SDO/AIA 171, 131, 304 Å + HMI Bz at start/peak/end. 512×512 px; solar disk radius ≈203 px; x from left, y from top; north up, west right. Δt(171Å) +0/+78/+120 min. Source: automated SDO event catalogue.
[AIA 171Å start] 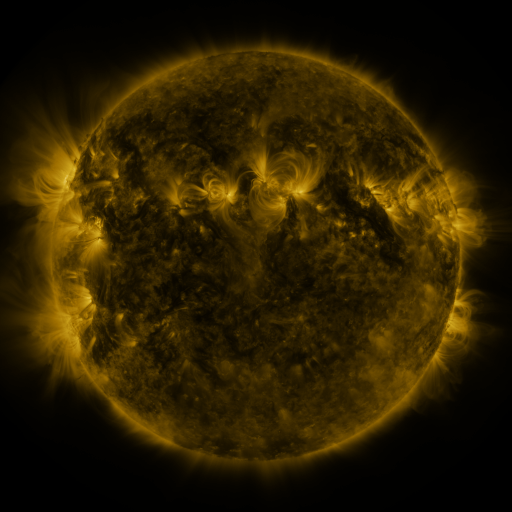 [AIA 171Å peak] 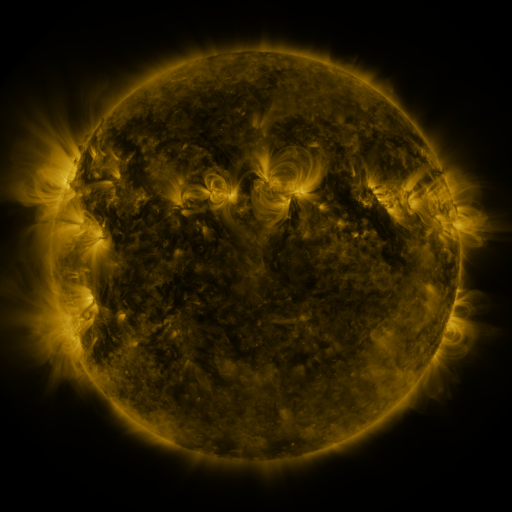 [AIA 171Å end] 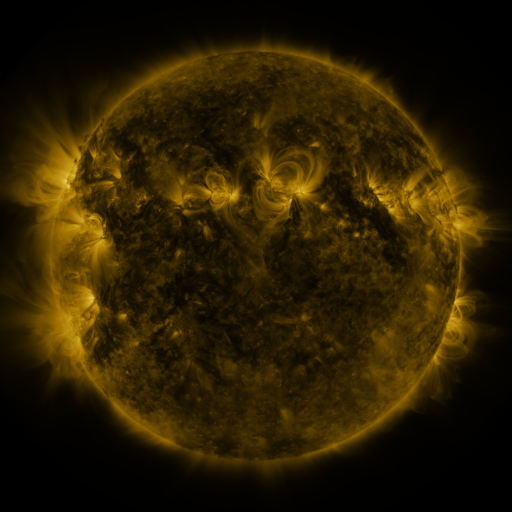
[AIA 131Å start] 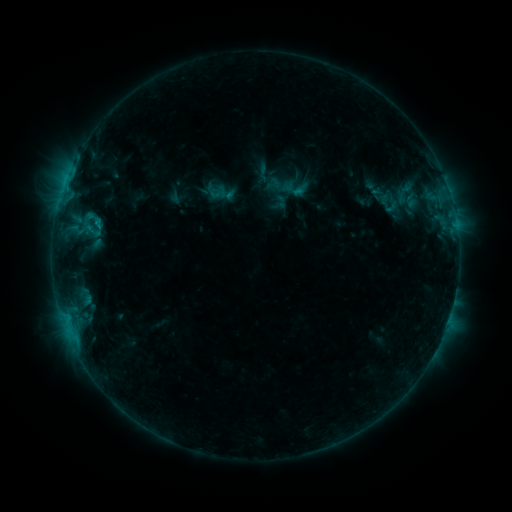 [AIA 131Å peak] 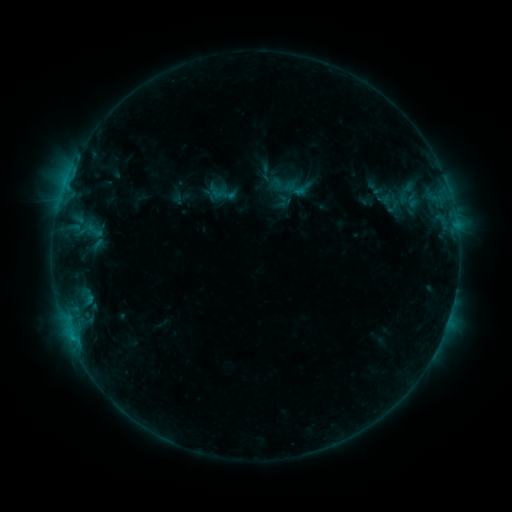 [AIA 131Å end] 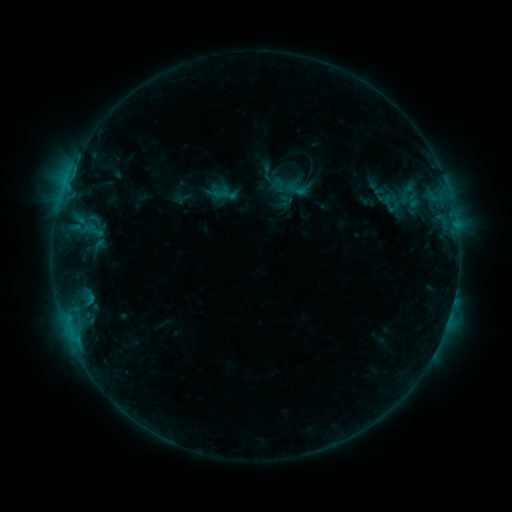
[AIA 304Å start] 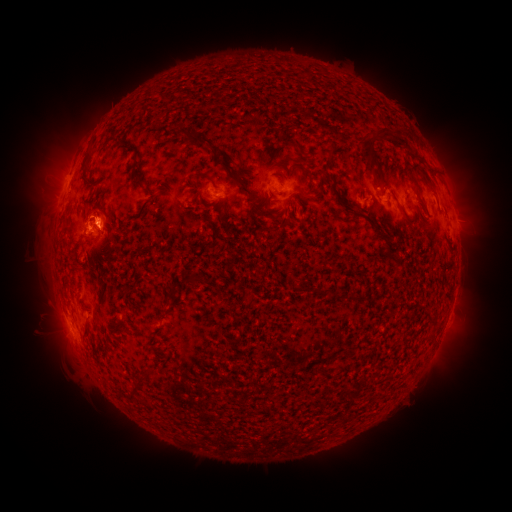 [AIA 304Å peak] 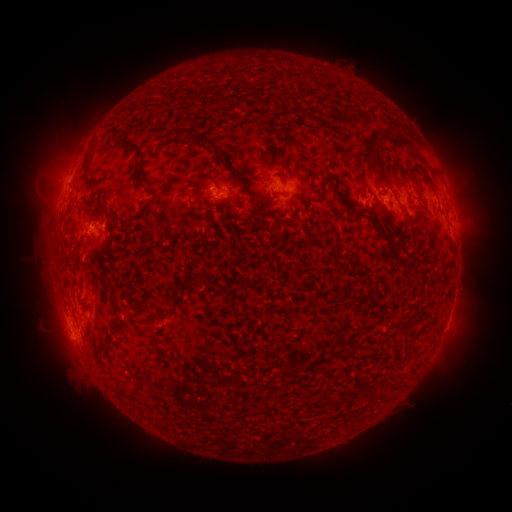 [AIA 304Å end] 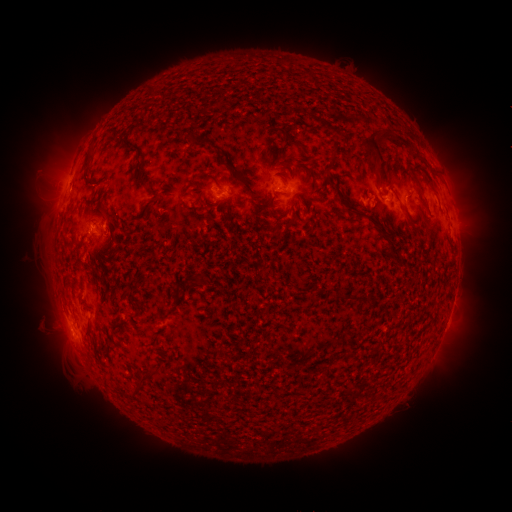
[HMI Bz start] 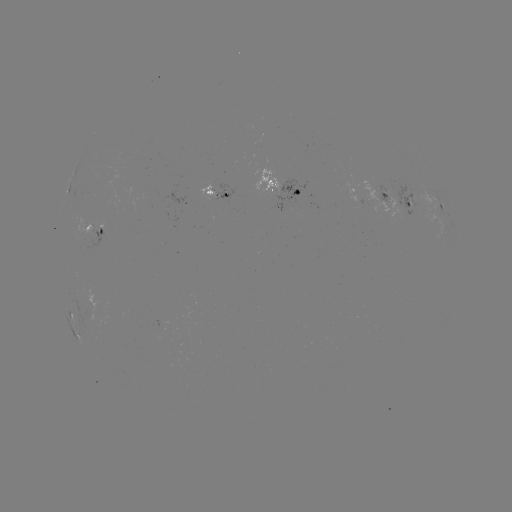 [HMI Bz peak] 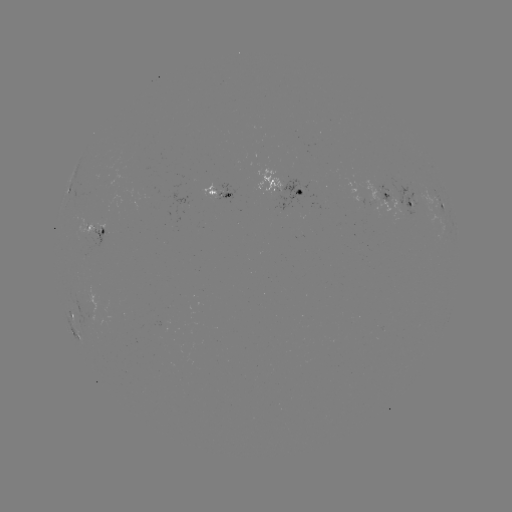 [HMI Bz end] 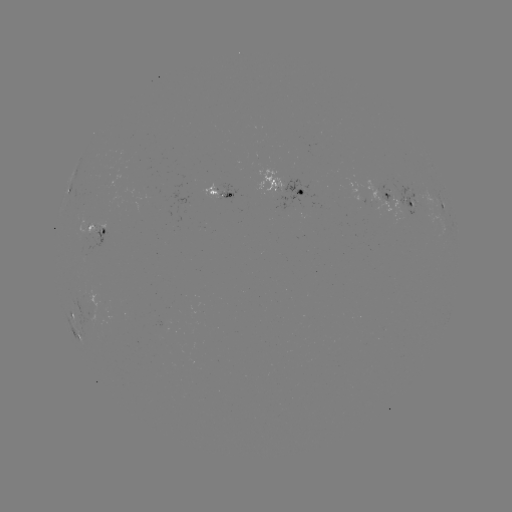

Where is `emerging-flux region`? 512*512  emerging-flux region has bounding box [390, 185, 425, 215].